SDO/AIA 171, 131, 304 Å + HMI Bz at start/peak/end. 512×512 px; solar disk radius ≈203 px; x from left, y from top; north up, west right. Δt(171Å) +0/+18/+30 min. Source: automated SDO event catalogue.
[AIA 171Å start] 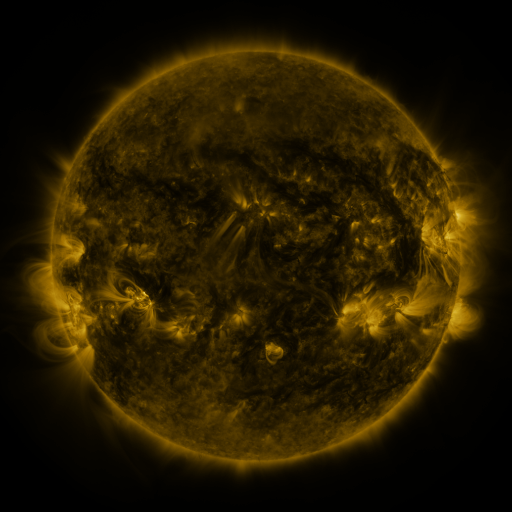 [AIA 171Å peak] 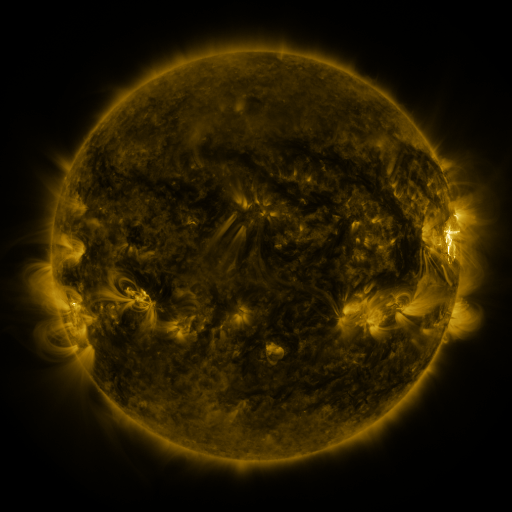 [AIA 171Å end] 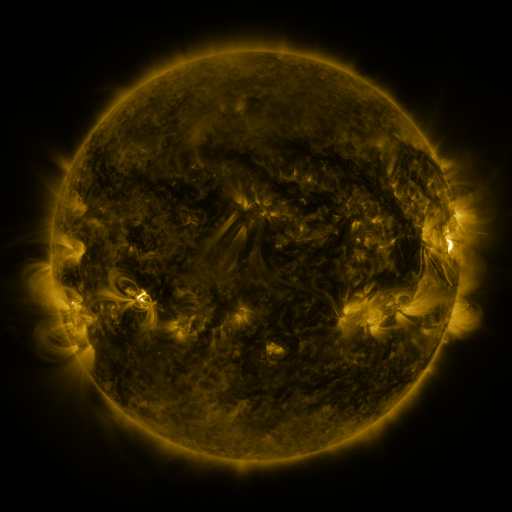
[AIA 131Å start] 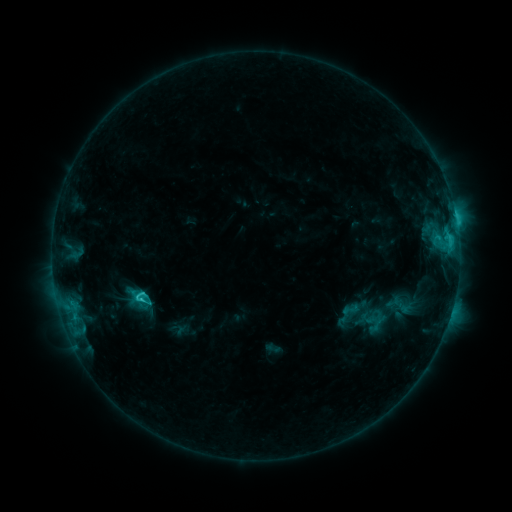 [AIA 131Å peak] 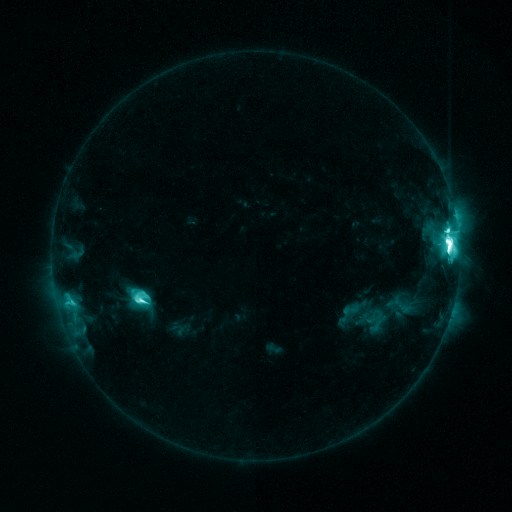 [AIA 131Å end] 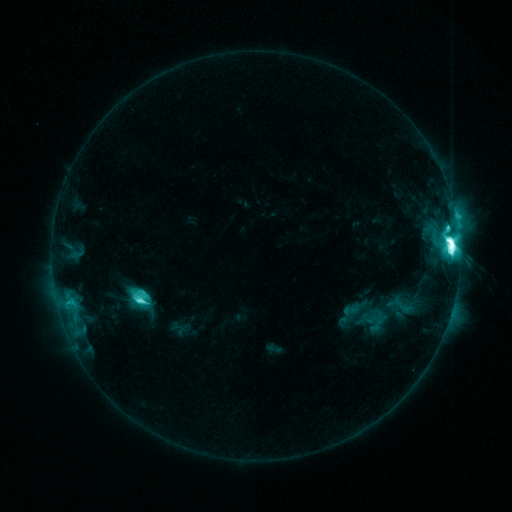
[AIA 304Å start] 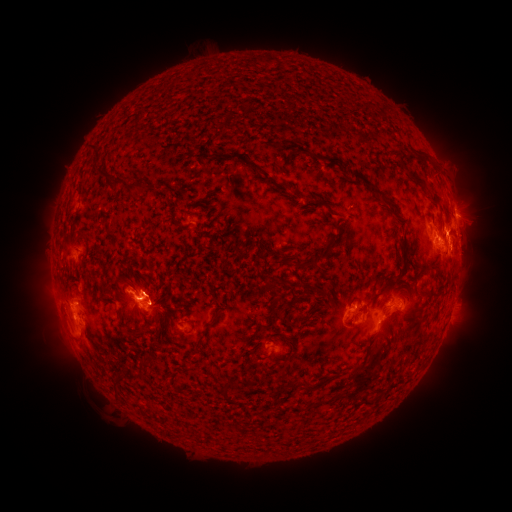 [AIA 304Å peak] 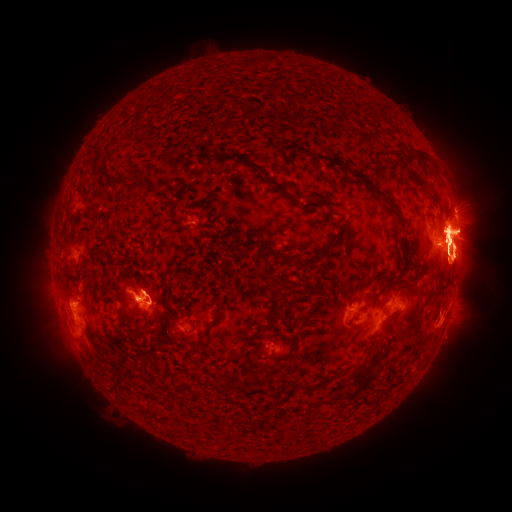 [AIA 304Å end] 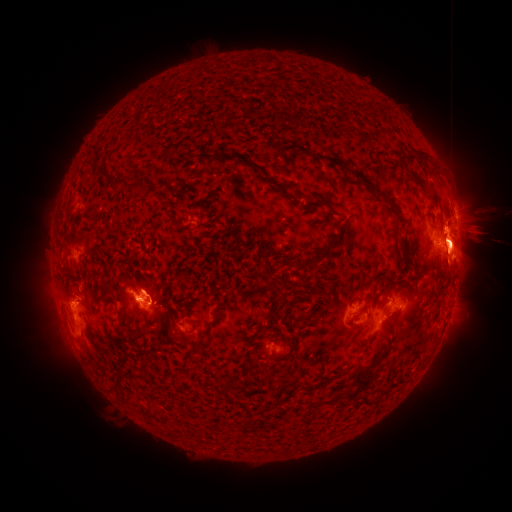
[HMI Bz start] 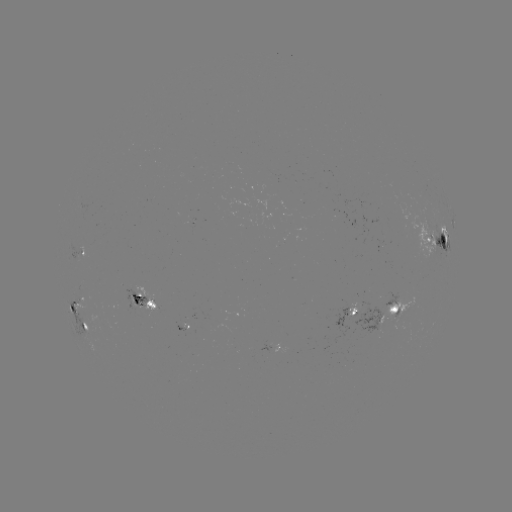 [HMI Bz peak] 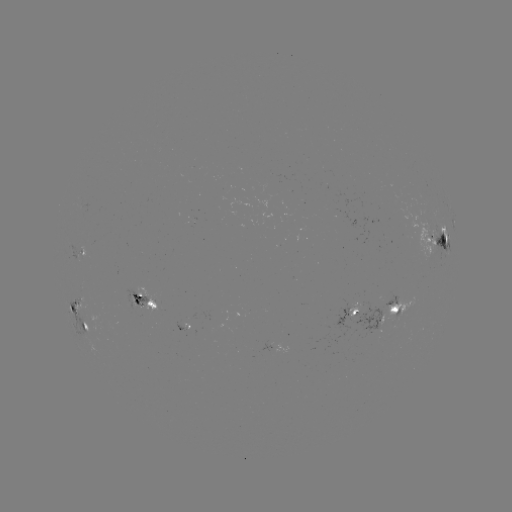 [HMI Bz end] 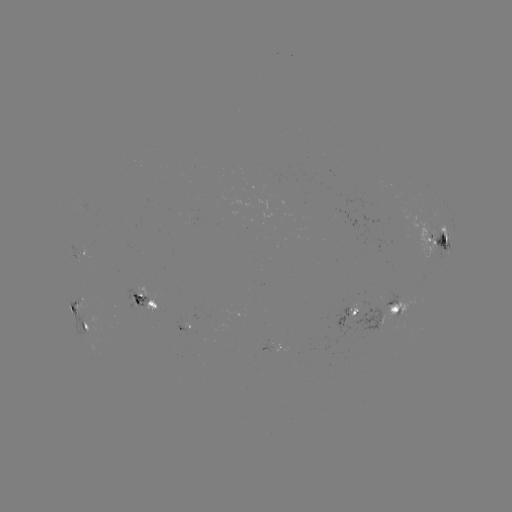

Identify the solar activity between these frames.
X1.0 flare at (448, 243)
